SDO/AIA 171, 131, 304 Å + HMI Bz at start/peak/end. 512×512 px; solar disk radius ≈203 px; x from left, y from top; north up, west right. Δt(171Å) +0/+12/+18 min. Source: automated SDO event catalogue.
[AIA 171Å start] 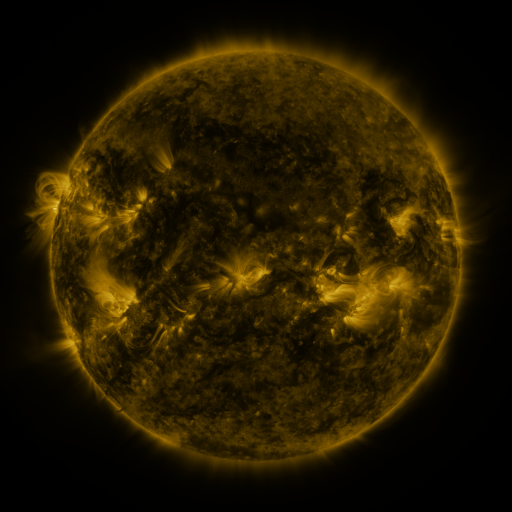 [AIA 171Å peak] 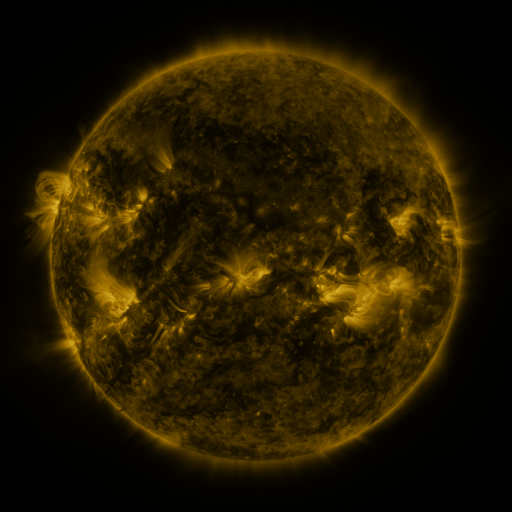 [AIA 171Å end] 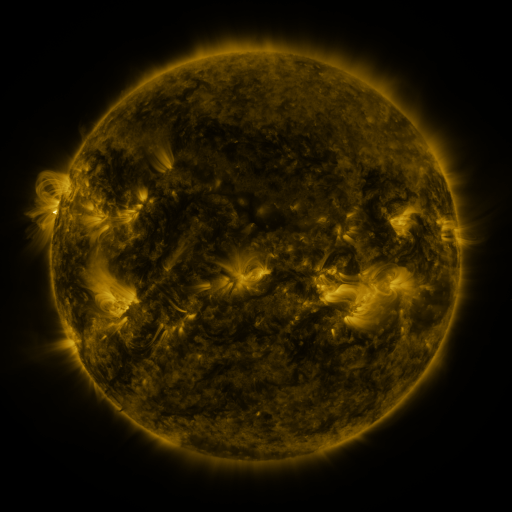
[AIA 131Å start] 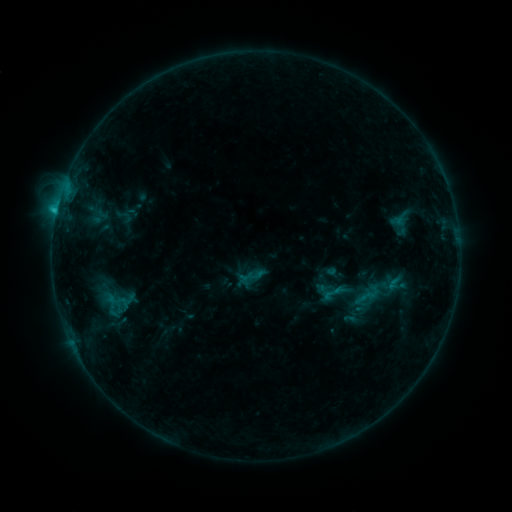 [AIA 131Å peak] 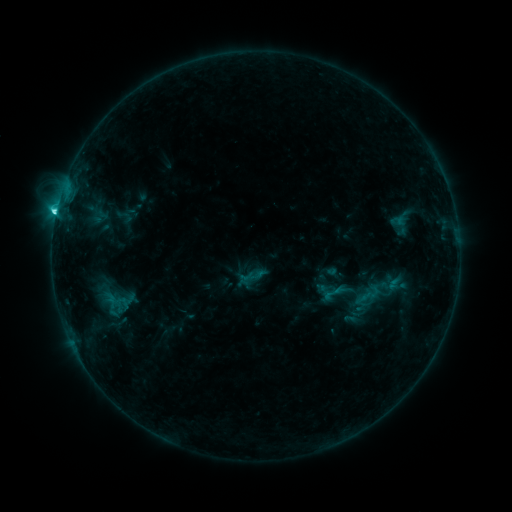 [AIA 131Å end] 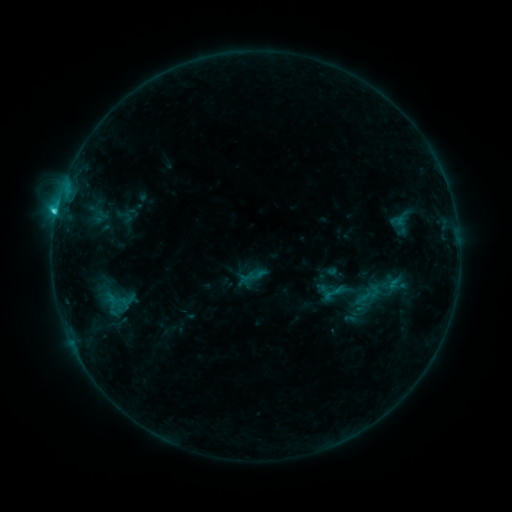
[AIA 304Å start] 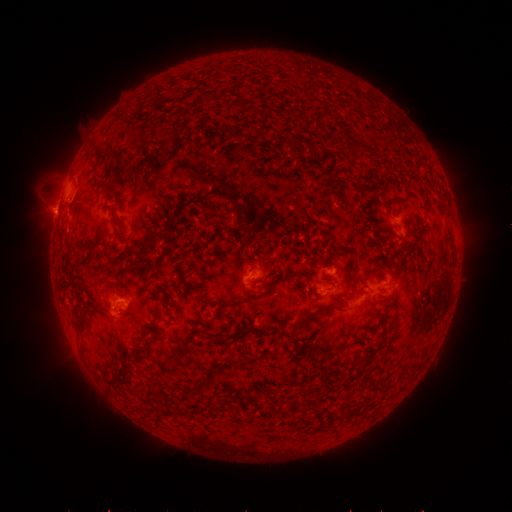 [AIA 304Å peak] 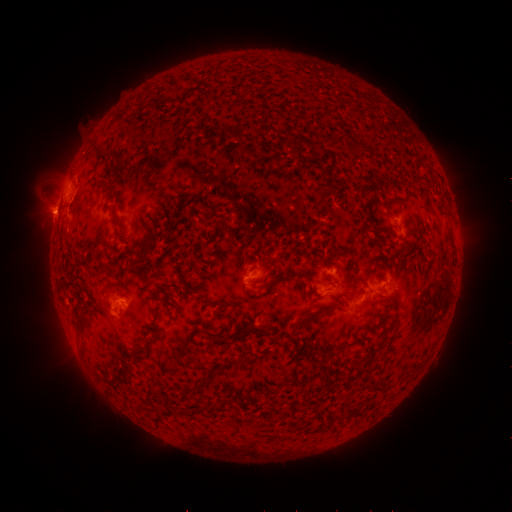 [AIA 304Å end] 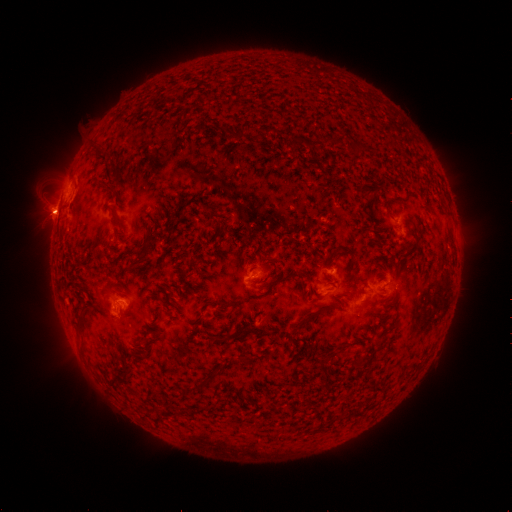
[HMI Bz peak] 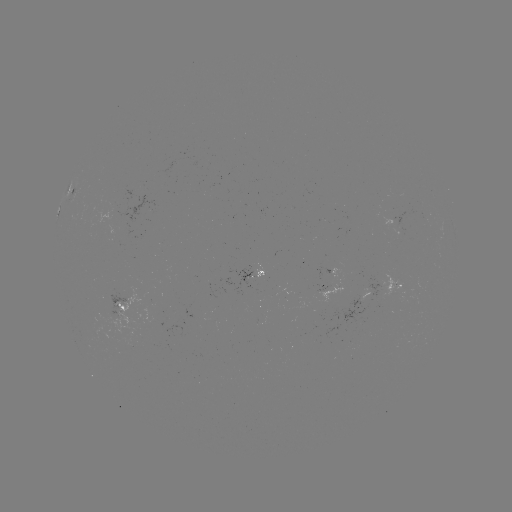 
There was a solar flare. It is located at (66, 199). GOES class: C2.8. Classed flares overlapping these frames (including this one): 1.